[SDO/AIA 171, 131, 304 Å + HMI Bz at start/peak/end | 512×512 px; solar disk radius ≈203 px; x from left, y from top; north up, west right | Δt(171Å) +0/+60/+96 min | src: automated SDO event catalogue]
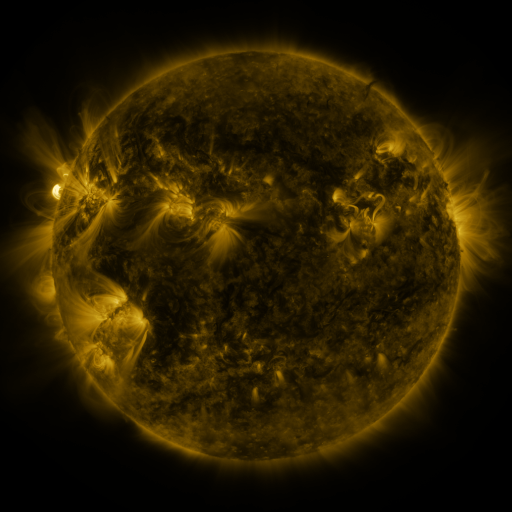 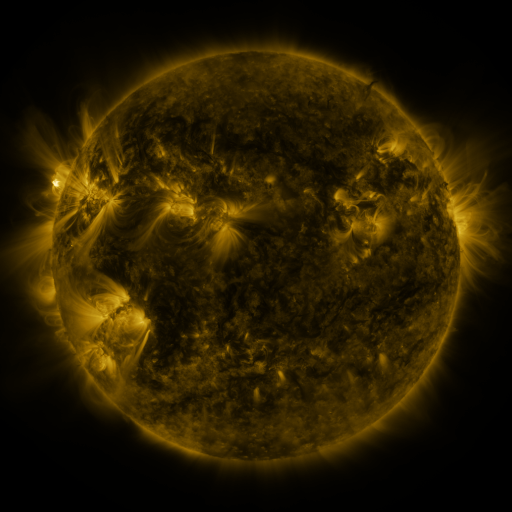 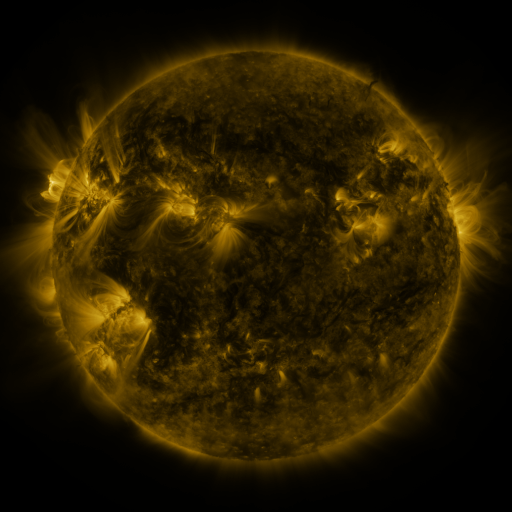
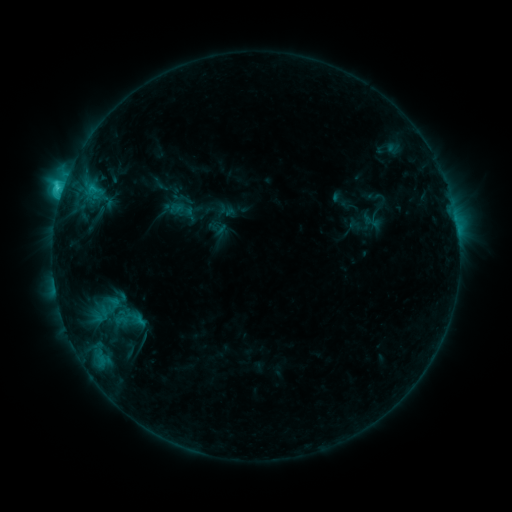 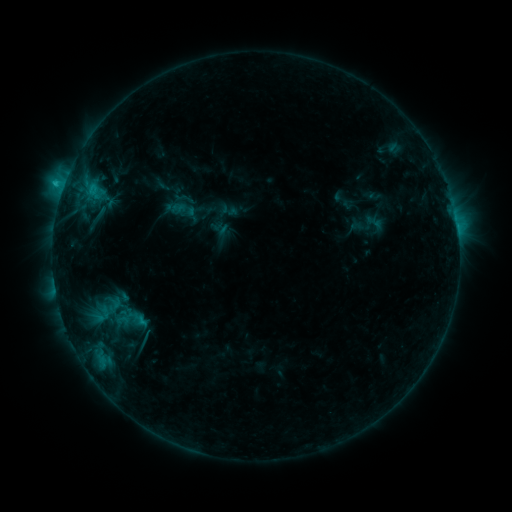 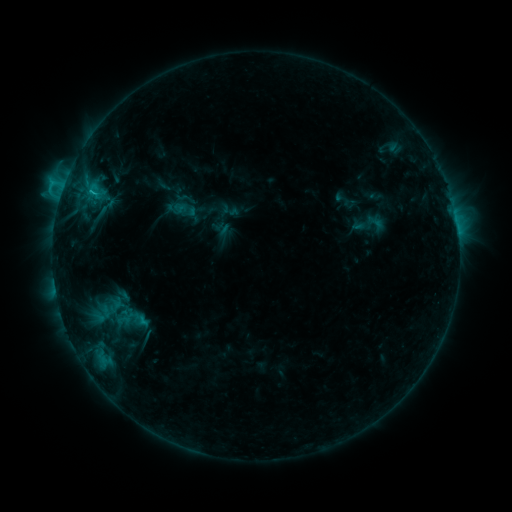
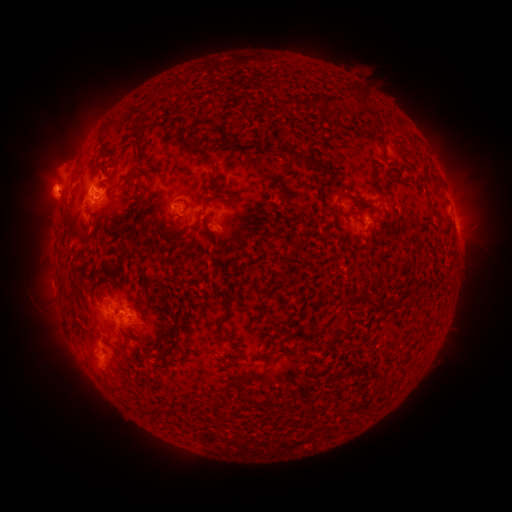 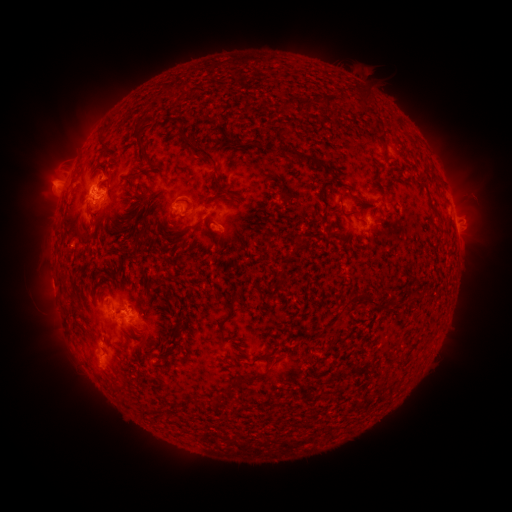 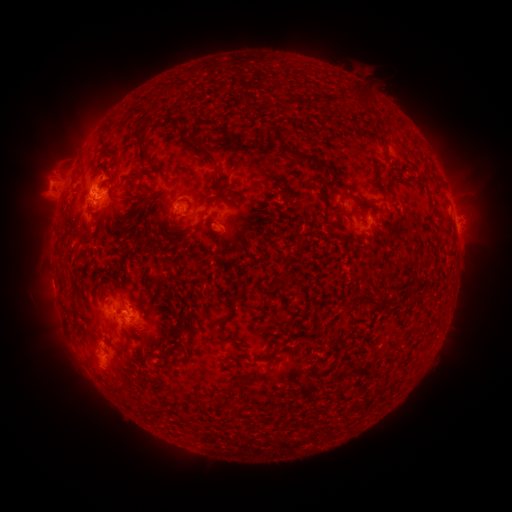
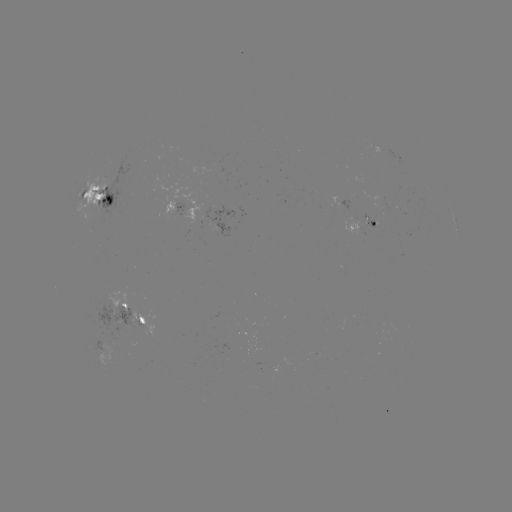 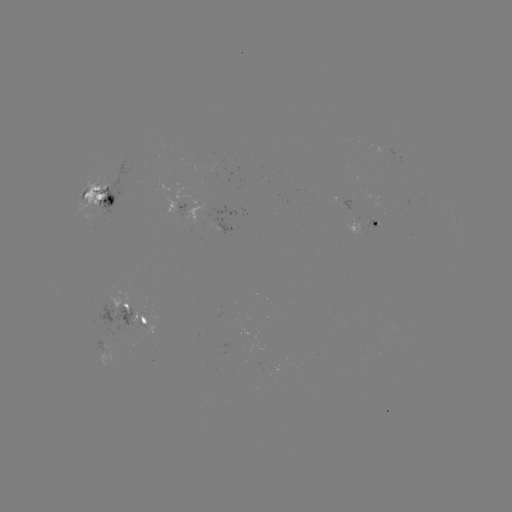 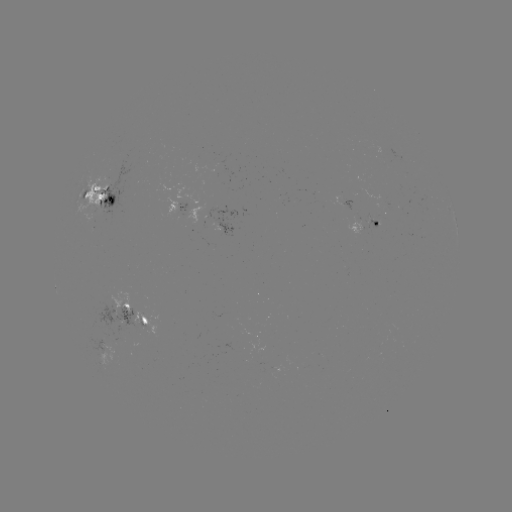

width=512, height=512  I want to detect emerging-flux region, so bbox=[331, 196, 351, 212].